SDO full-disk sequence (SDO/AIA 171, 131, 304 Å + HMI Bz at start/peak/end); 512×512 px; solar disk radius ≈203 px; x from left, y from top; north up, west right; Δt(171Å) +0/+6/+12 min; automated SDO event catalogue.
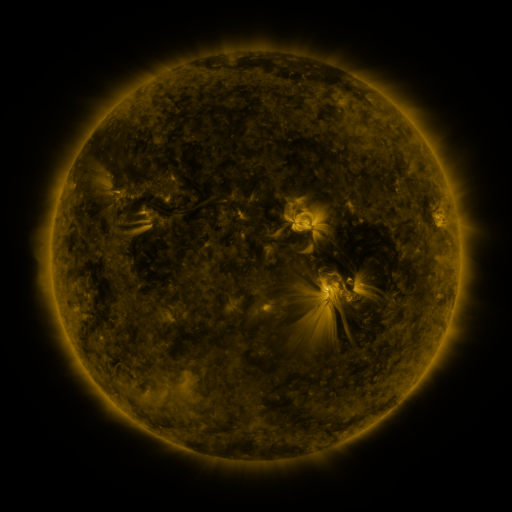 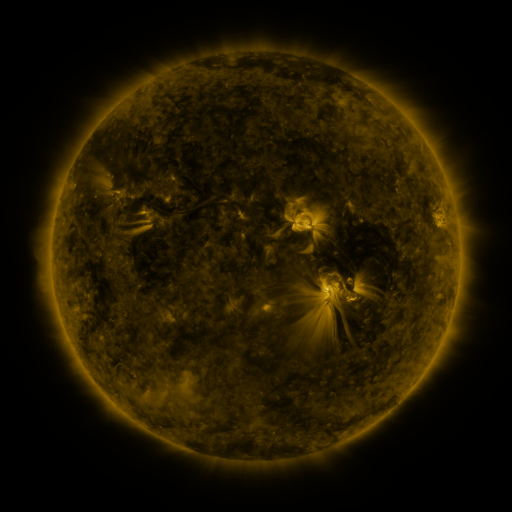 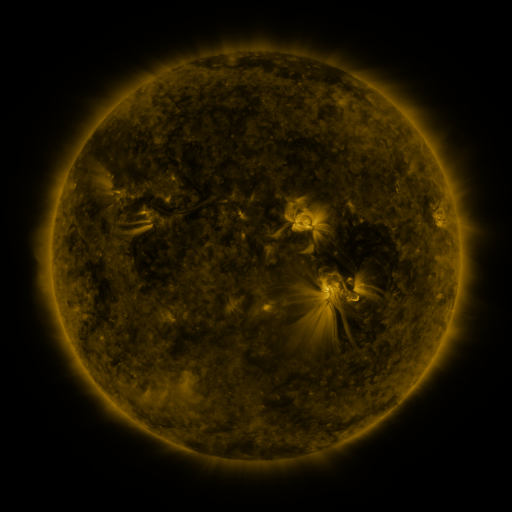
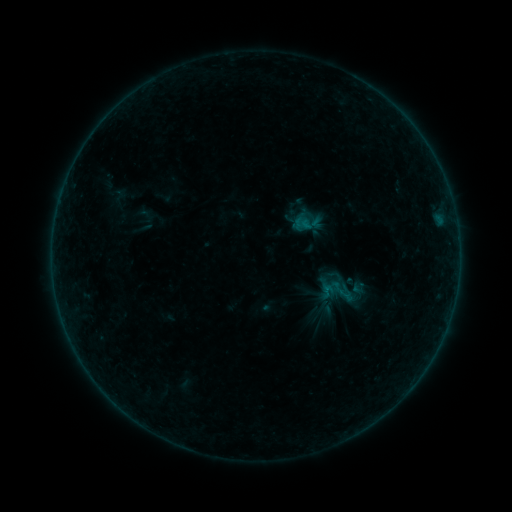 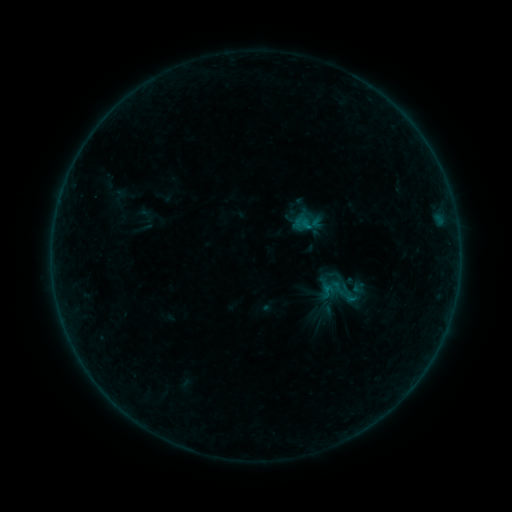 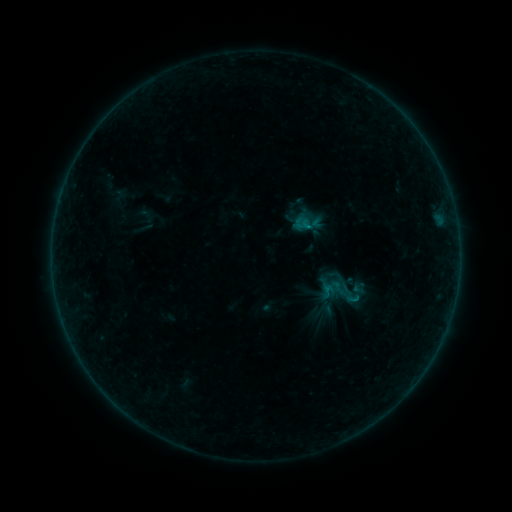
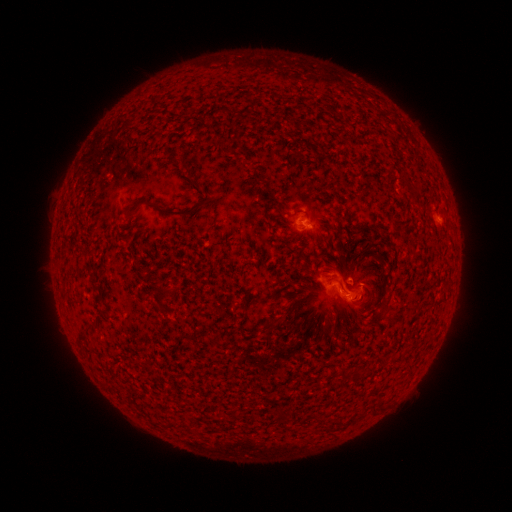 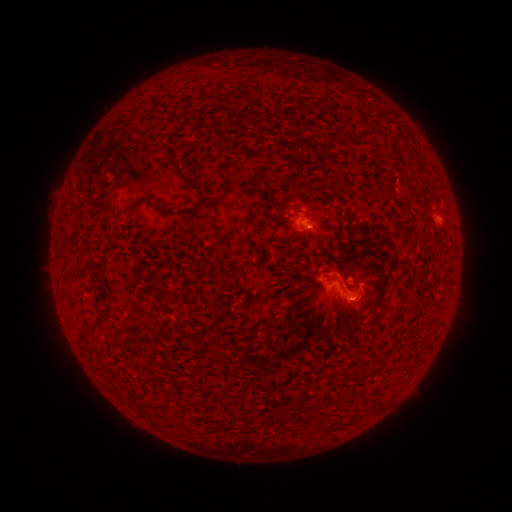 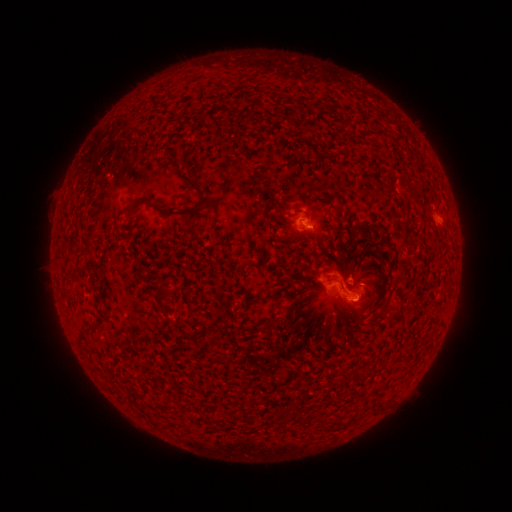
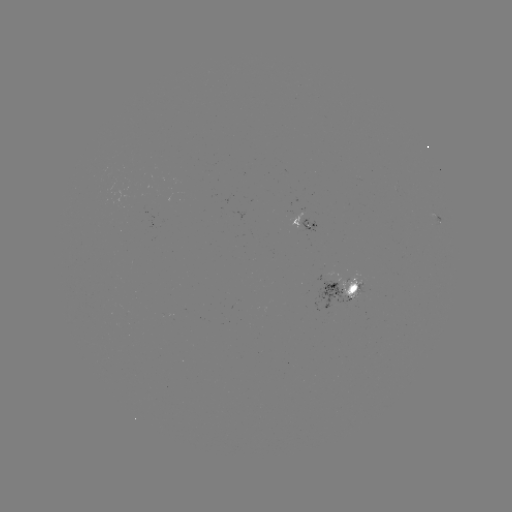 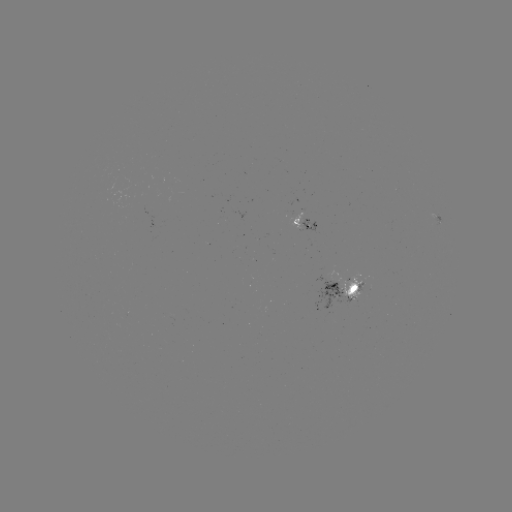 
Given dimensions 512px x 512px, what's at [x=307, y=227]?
B3.4 flare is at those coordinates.